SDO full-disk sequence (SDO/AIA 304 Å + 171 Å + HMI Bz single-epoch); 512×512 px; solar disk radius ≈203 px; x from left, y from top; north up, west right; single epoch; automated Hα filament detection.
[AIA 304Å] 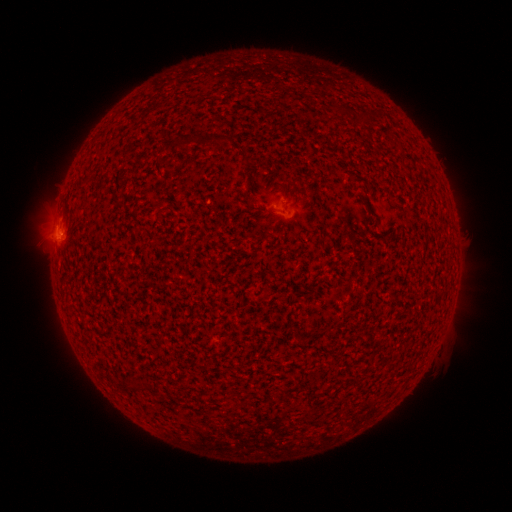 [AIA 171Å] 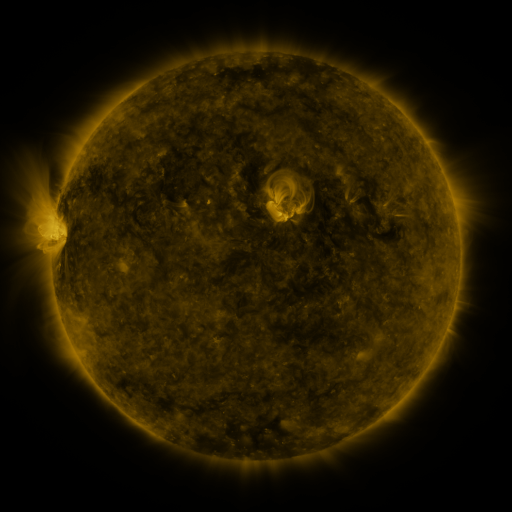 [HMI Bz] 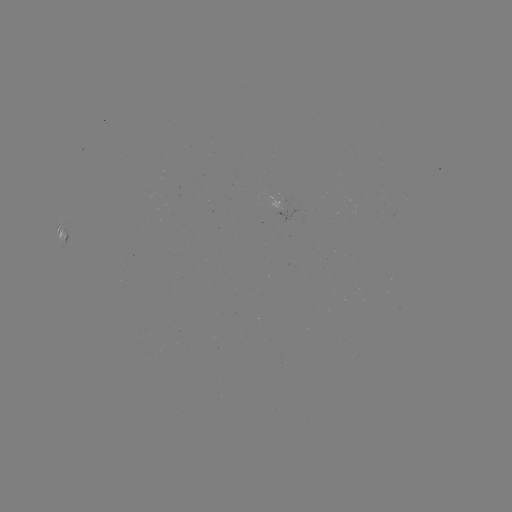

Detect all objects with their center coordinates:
filament: [352, 112, 363, 125]
filament: [199, 134, 231, 150]
filament: [175, 136, 195, 150]
filament: [135, 381, 146, 393]
